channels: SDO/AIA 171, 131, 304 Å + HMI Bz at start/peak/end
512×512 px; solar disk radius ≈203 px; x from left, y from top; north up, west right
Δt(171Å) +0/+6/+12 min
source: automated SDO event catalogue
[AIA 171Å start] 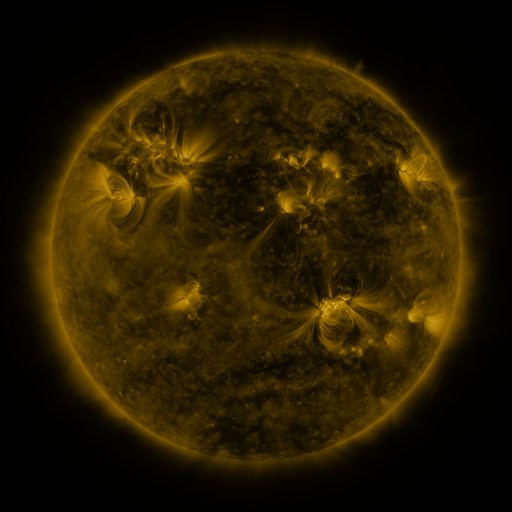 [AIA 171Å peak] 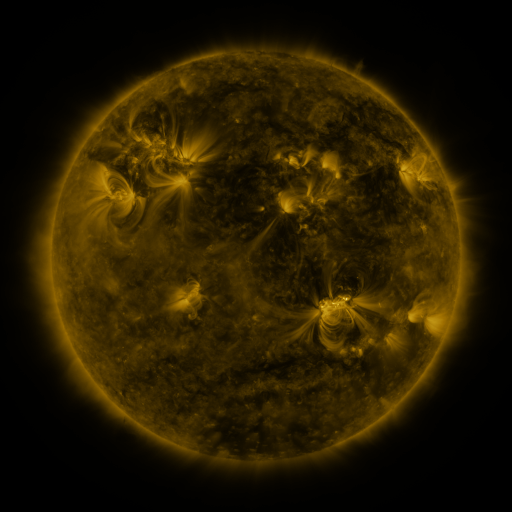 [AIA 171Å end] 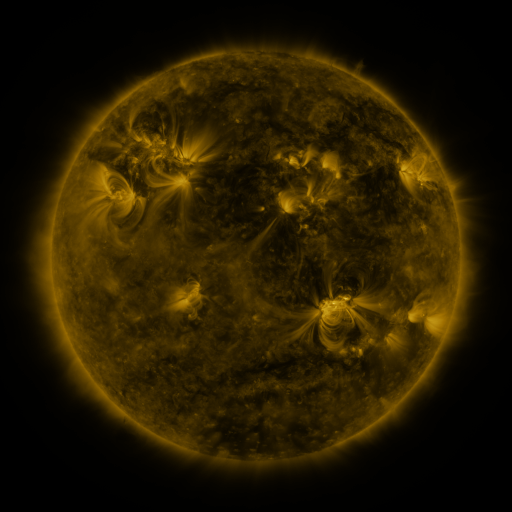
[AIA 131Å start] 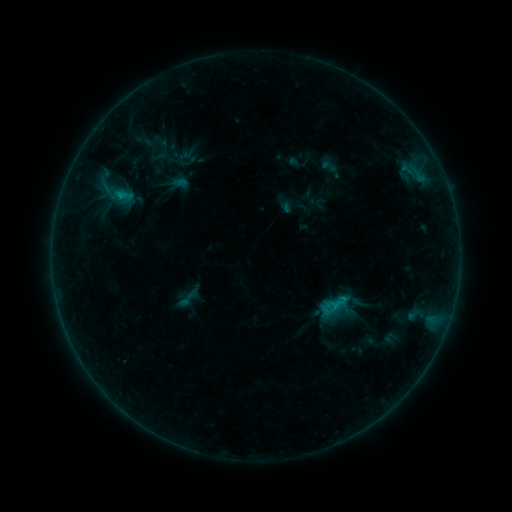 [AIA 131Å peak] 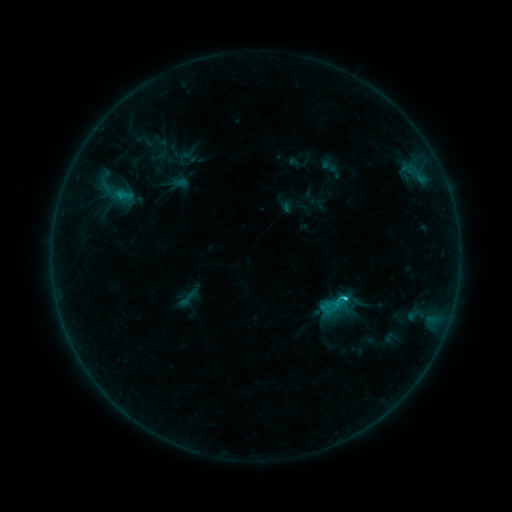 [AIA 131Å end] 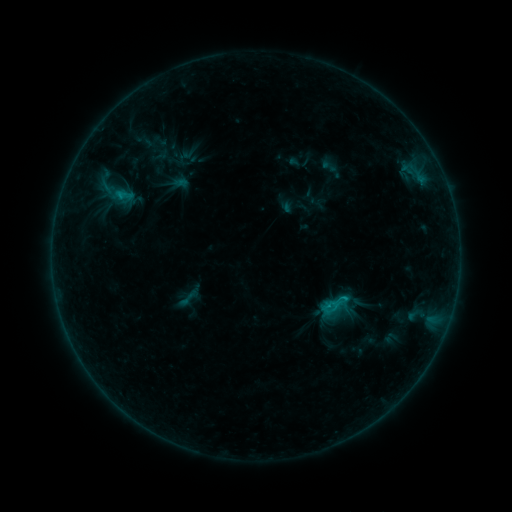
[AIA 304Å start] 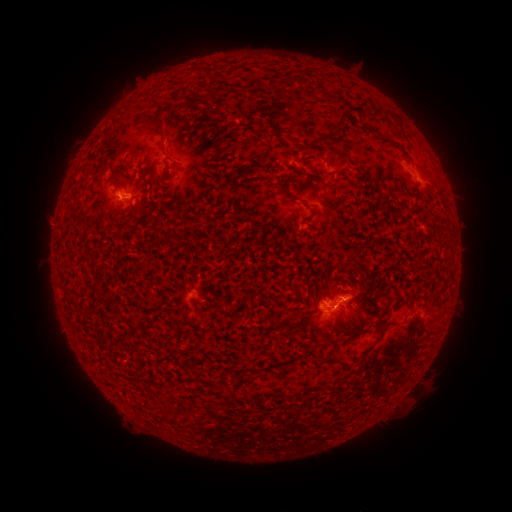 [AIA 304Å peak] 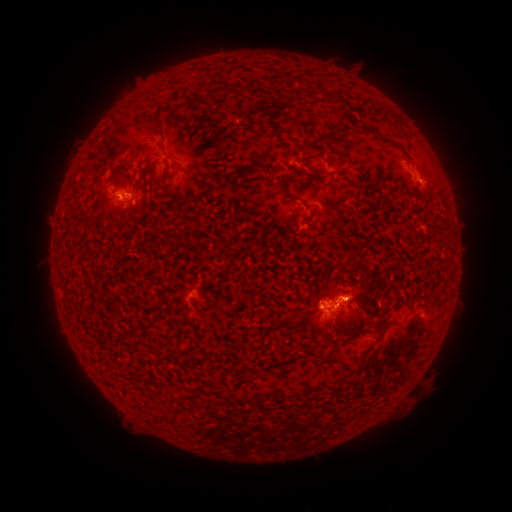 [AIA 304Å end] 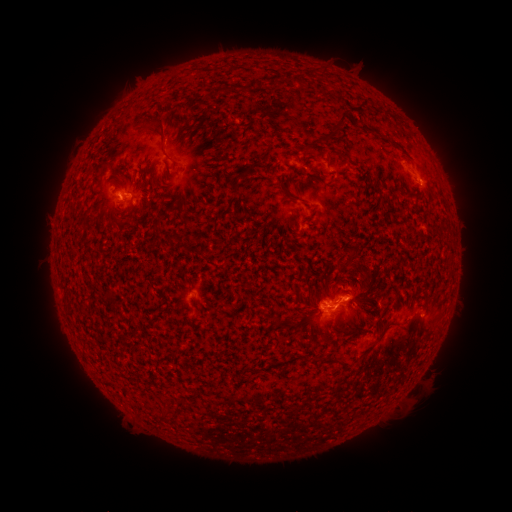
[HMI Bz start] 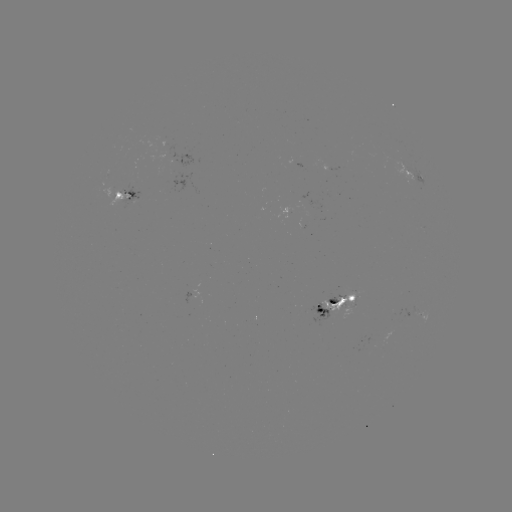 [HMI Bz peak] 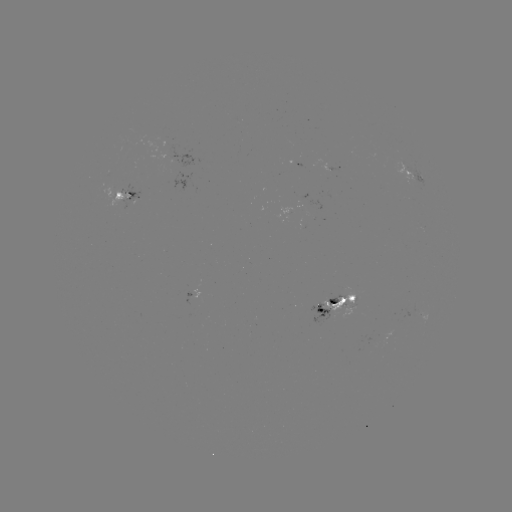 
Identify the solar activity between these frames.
C1.3 flare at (321, 307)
